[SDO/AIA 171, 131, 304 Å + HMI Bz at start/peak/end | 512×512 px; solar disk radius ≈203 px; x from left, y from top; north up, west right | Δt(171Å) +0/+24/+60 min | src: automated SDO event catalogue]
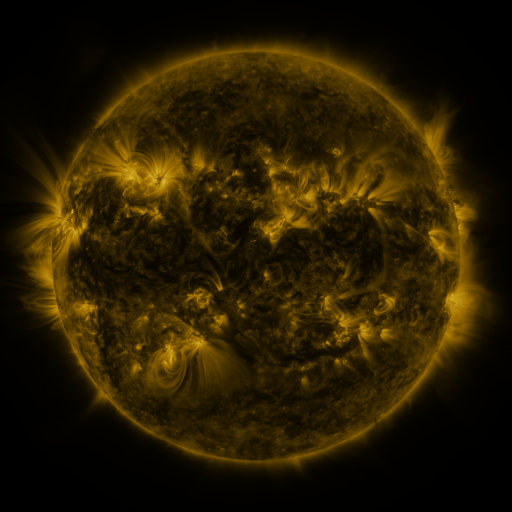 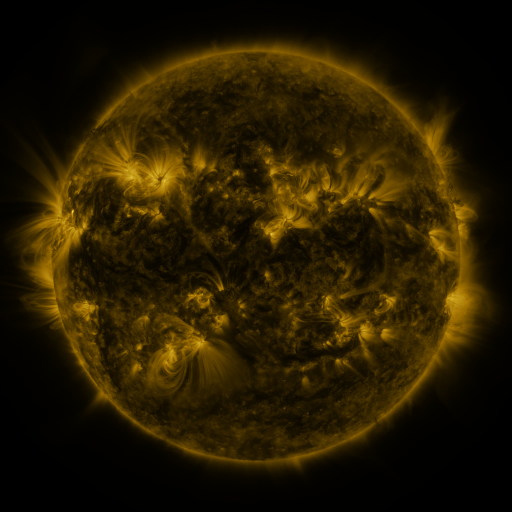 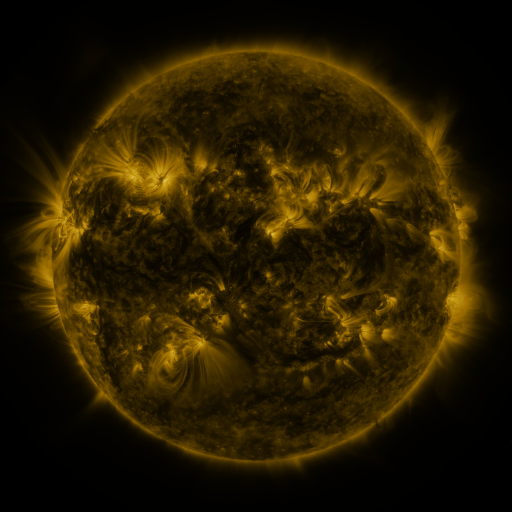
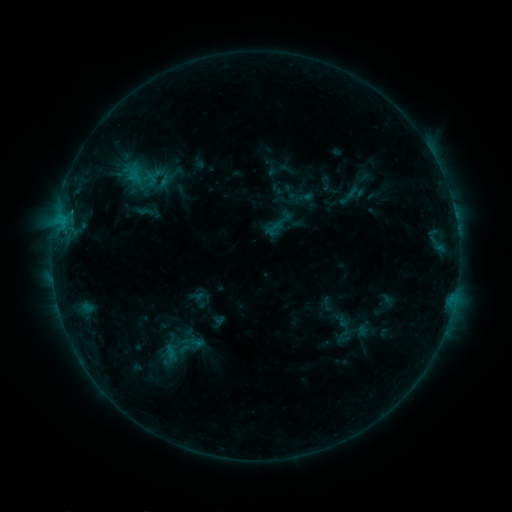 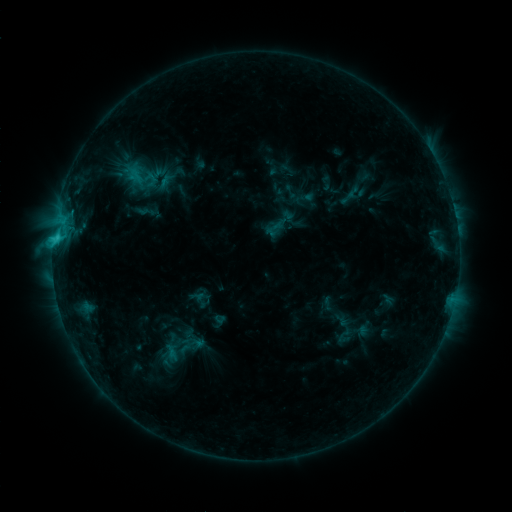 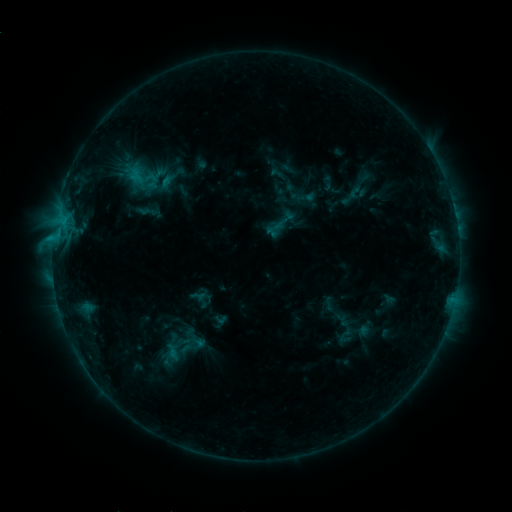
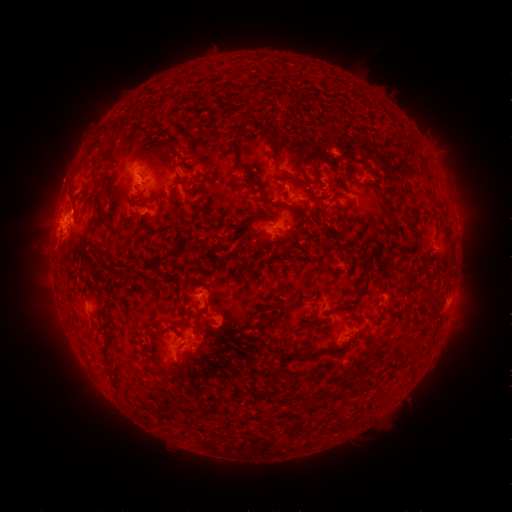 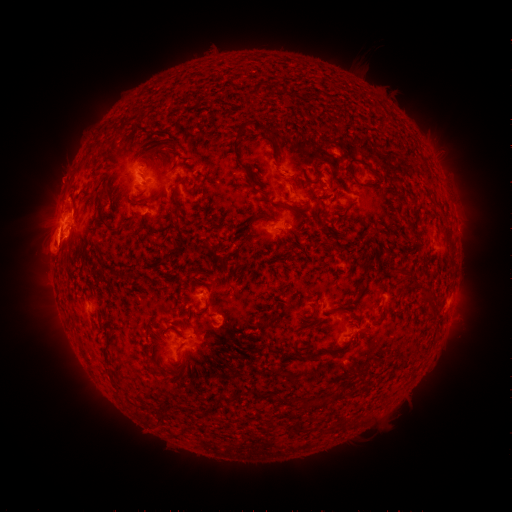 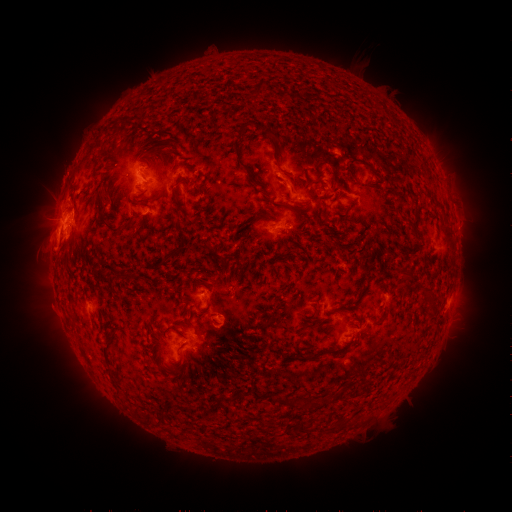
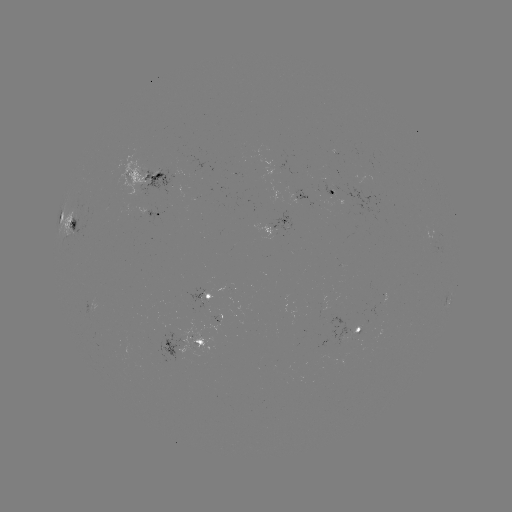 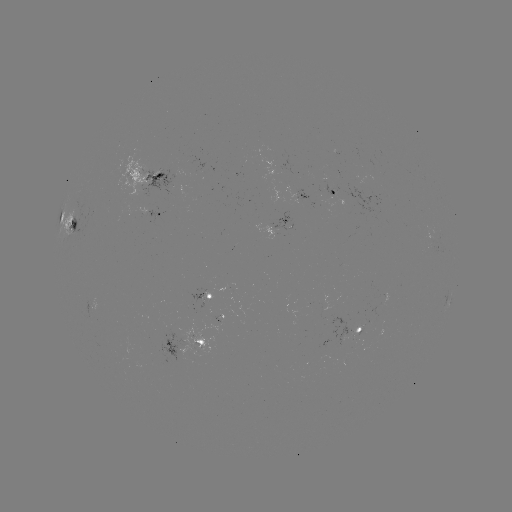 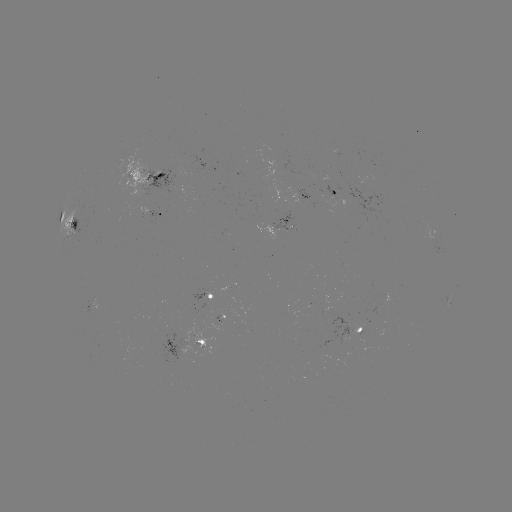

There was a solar flare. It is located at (57, 238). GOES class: C2.5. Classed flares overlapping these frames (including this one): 1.